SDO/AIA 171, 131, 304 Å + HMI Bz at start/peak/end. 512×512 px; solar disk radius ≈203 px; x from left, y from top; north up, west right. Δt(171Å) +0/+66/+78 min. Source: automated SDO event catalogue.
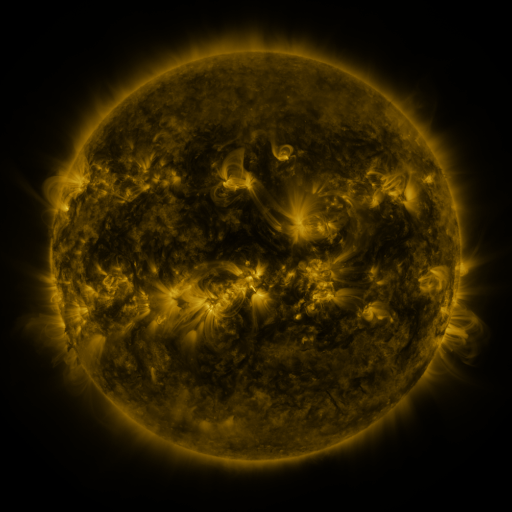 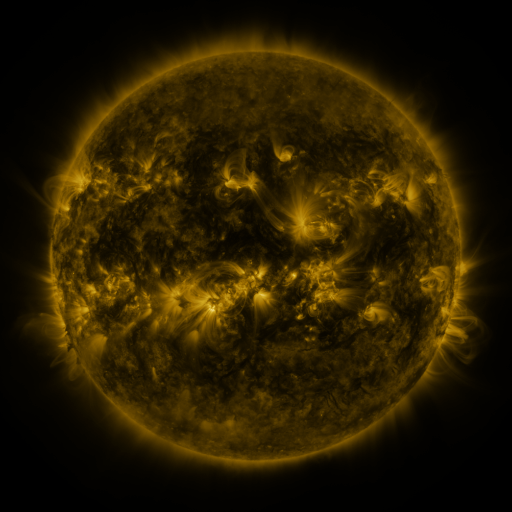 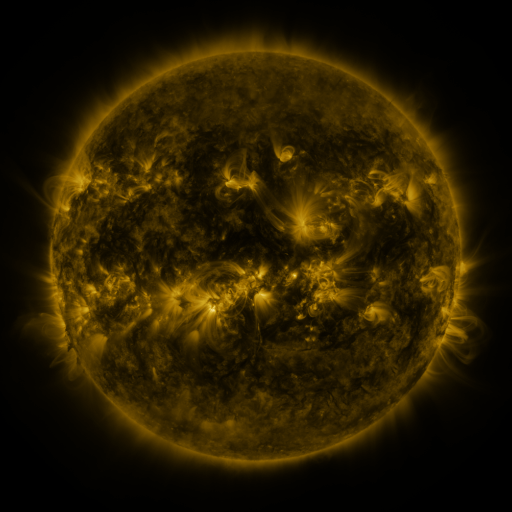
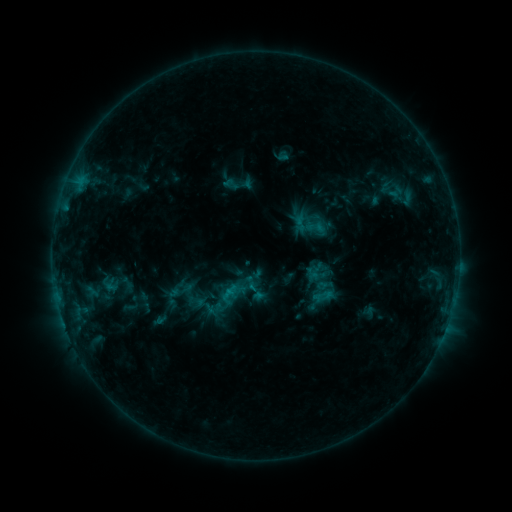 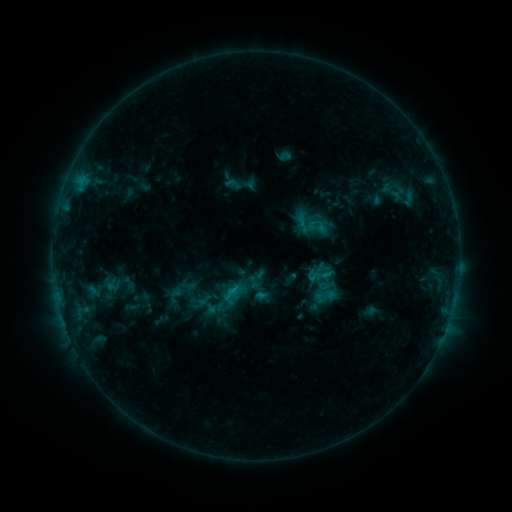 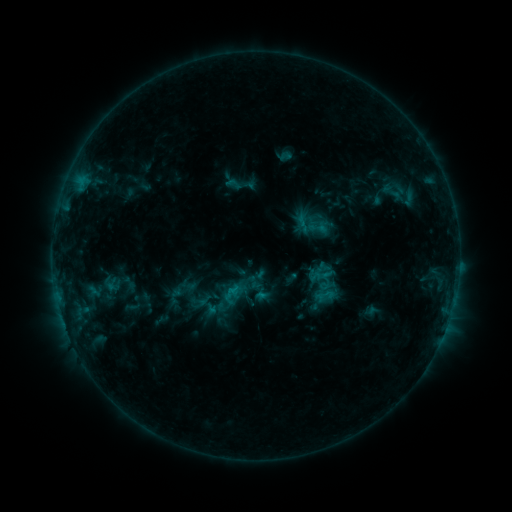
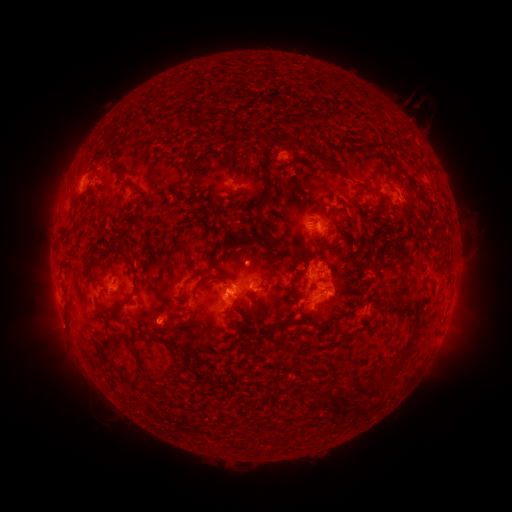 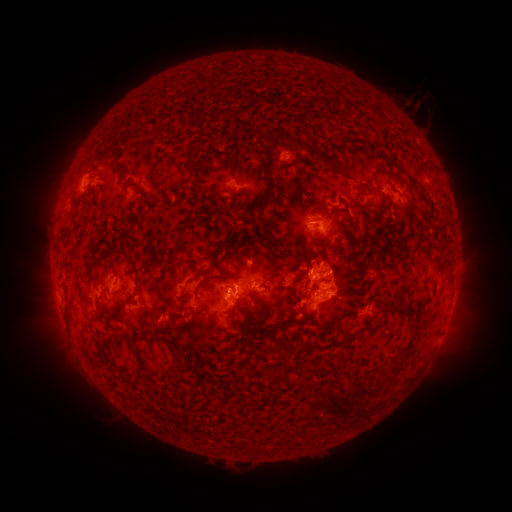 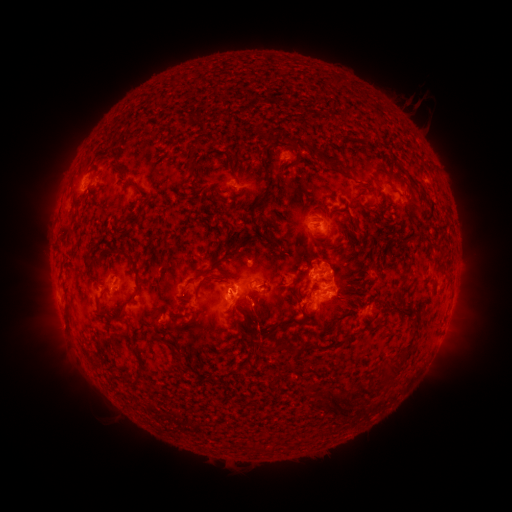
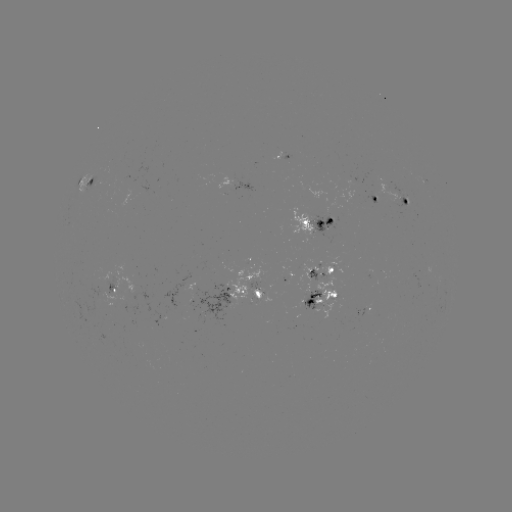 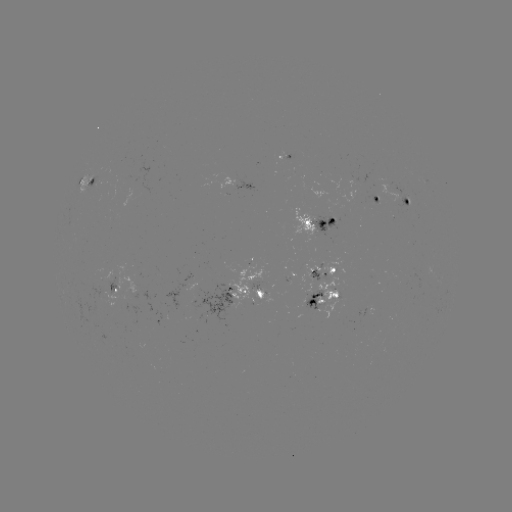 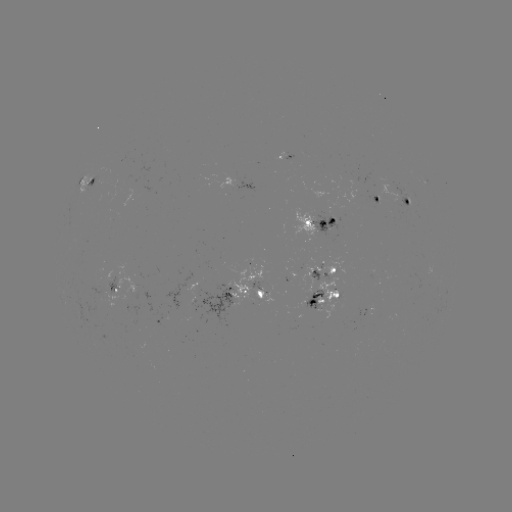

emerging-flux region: <bbox>310, 196, 340, 234</bbox>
